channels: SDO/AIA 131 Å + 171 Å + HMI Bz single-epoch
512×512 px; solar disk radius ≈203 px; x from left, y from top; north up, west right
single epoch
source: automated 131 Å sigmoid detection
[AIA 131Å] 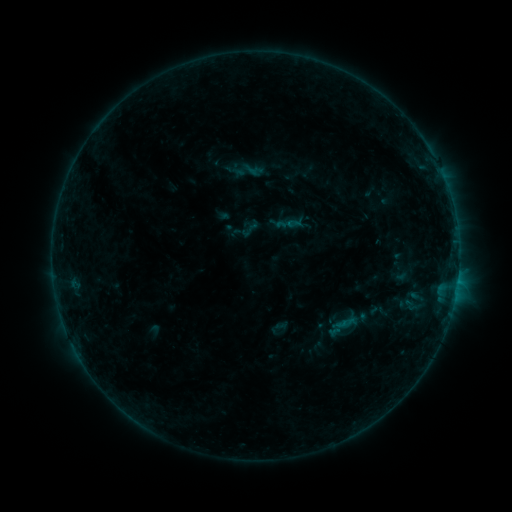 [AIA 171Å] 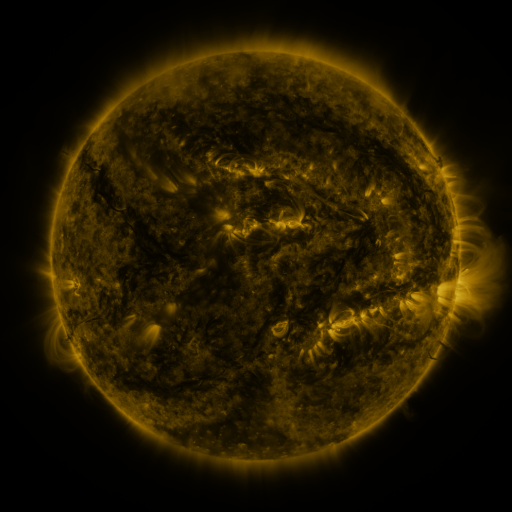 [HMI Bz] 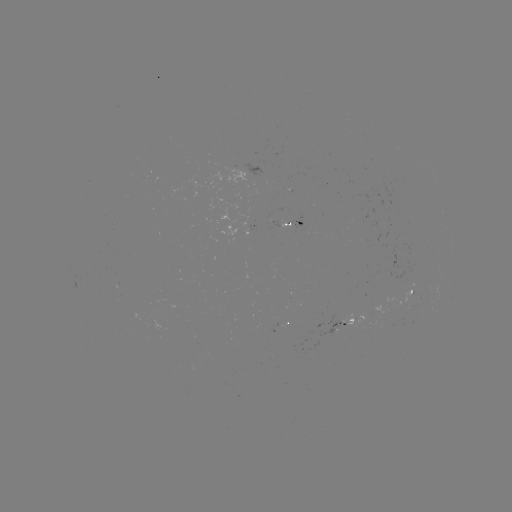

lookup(sigmoid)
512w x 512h [253, 170]